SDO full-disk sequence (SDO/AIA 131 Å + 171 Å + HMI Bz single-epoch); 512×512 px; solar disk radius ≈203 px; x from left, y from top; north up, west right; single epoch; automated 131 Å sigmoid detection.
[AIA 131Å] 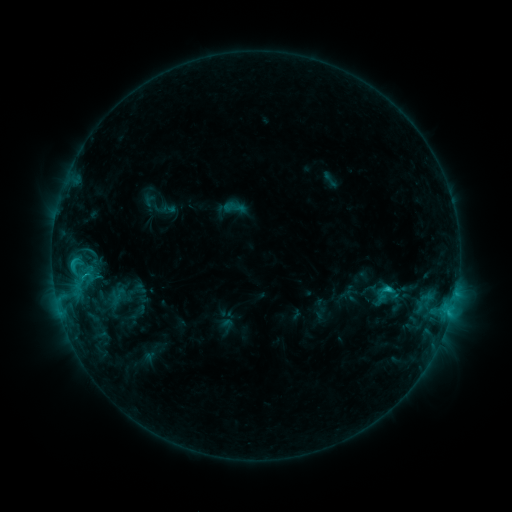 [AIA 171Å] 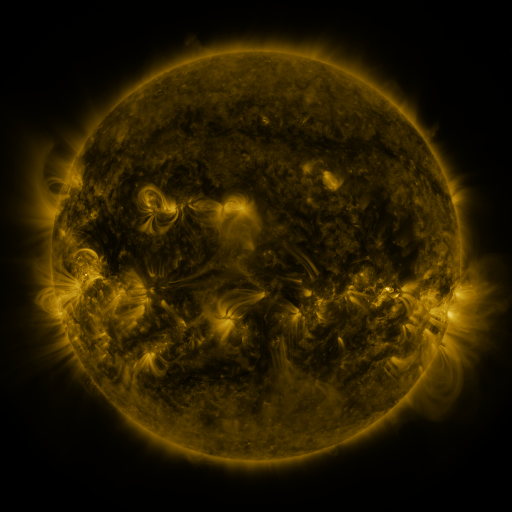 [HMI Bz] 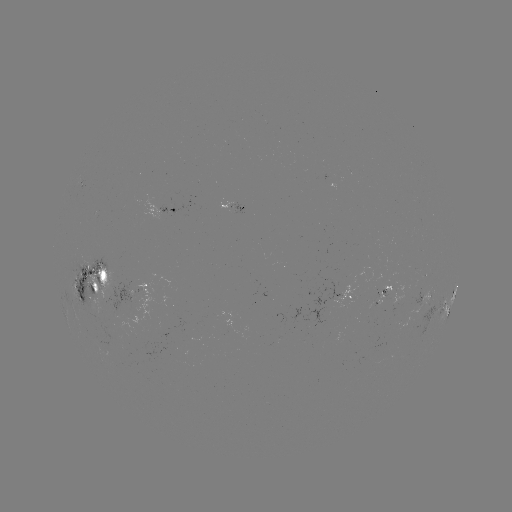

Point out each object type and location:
sigmoid: <bbox>223, 197, 245, 219</bbox>
